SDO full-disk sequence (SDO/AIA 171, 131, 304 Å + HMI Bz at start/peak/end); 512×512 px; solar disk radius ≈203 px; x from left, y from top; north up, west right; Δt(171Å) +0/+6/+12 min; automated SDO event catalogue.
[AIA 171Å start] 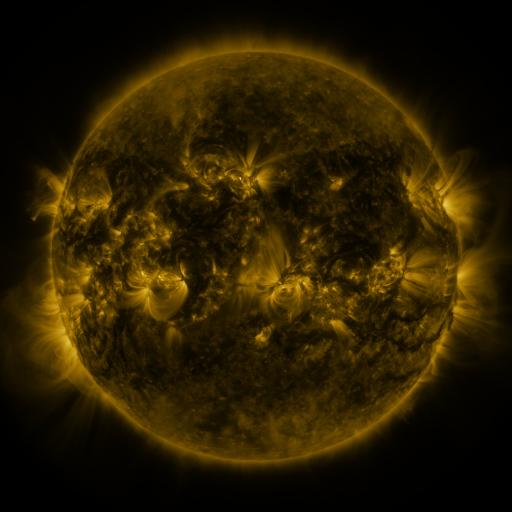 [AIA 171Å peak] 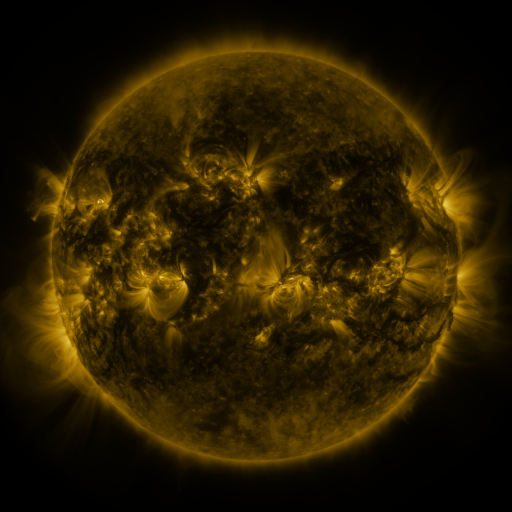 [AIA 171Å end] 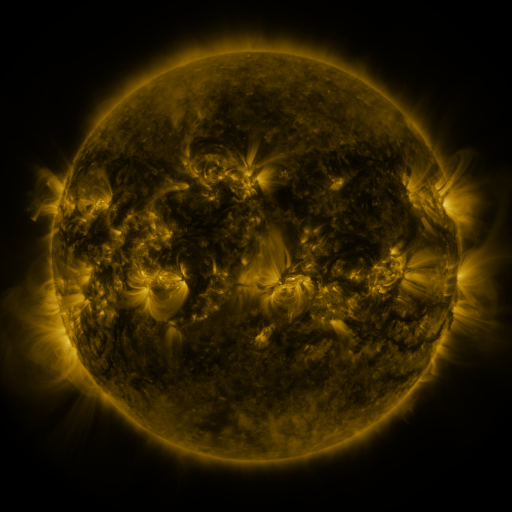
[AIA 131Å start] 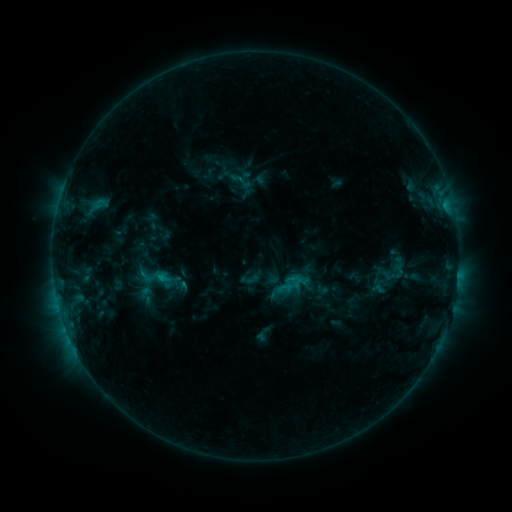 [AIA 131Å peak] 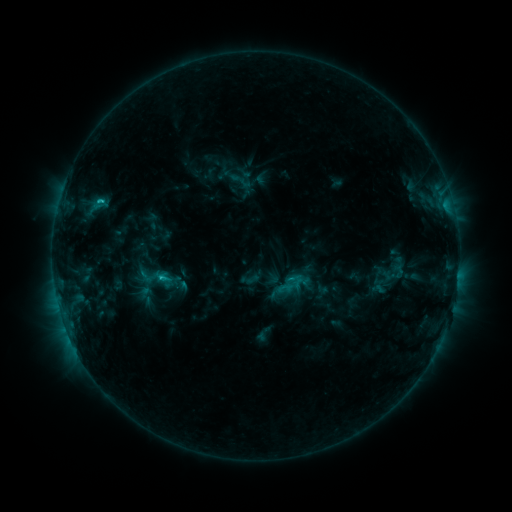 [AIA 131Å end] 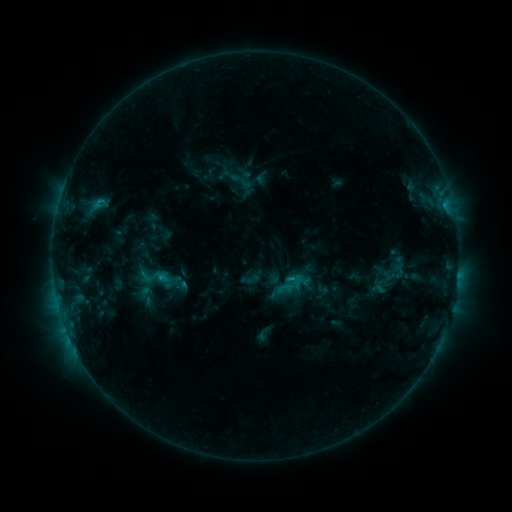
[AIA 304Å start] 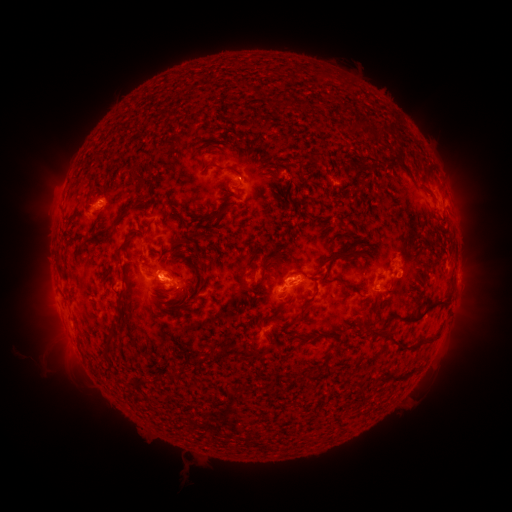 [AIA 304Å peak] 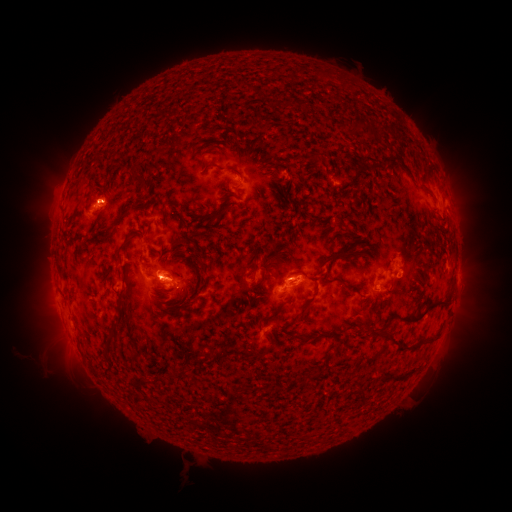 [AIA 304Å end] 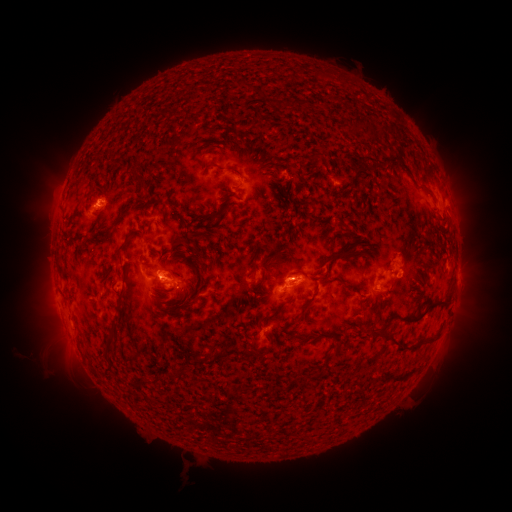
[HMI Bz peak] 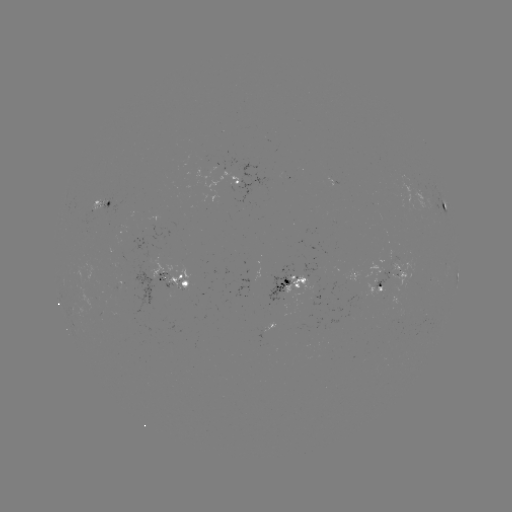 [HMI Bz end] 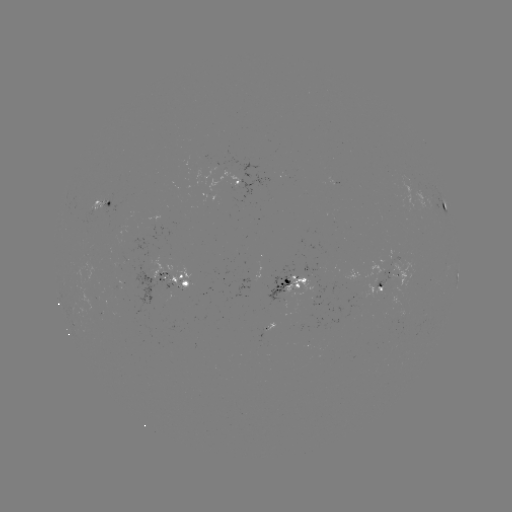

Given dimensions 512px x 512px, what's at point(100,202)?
C1.3 flare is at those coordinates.